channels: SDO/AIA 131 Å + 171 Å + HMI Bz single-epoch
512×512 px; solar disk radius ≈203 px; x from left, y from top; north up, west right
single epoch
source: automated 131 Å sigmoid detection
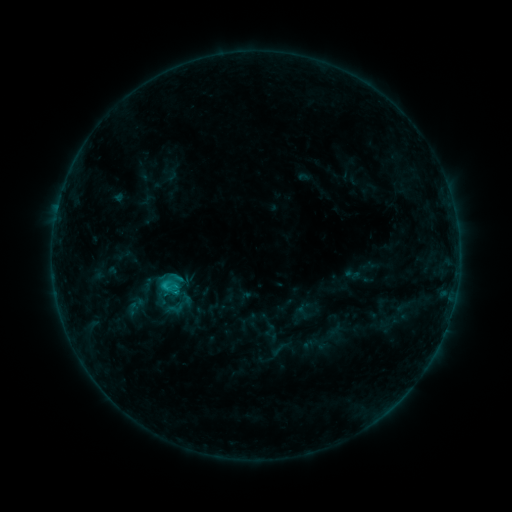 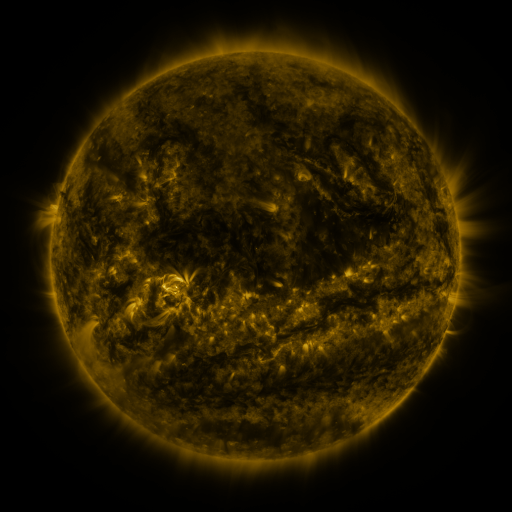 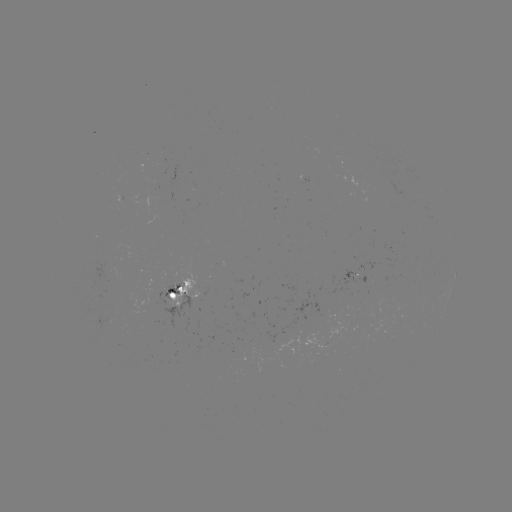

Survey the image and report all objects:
sigmoid: (157, 276, 181, 296)
sigmoid: (164, 299, 188, 317)
